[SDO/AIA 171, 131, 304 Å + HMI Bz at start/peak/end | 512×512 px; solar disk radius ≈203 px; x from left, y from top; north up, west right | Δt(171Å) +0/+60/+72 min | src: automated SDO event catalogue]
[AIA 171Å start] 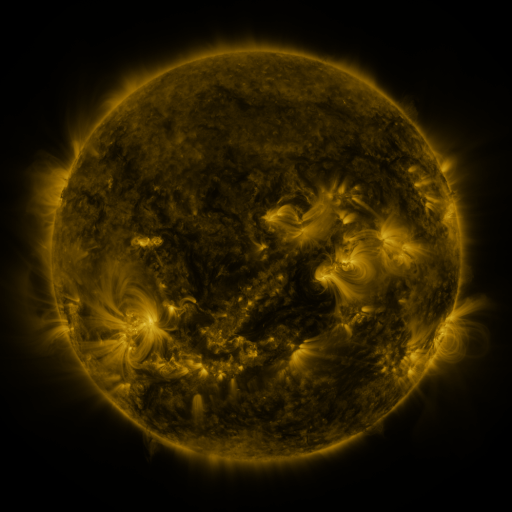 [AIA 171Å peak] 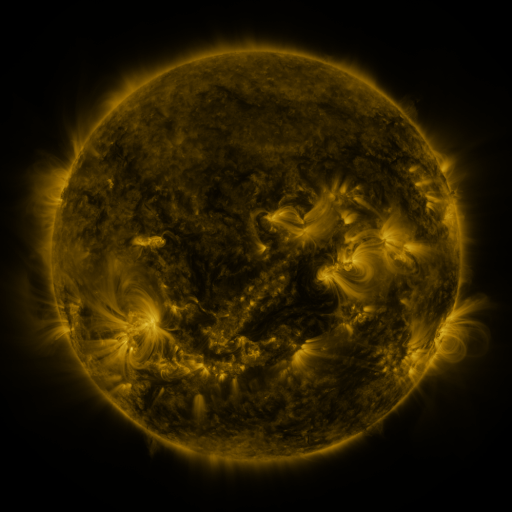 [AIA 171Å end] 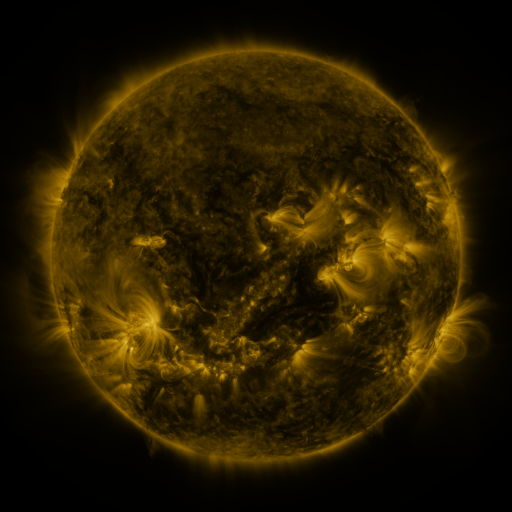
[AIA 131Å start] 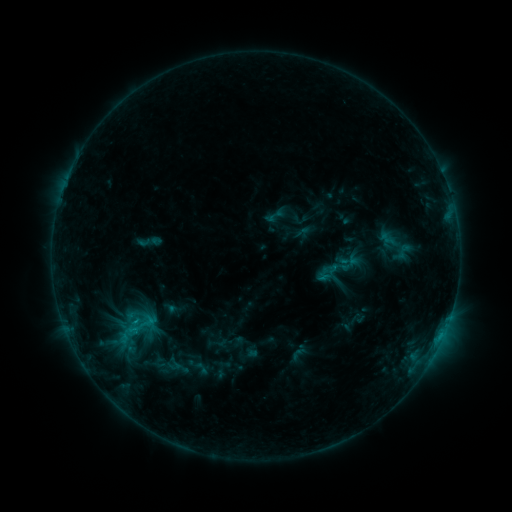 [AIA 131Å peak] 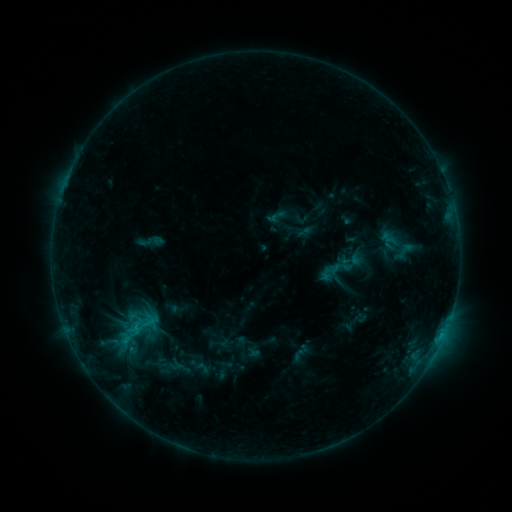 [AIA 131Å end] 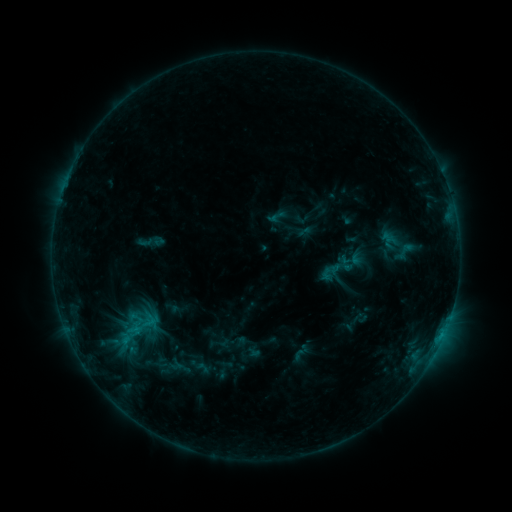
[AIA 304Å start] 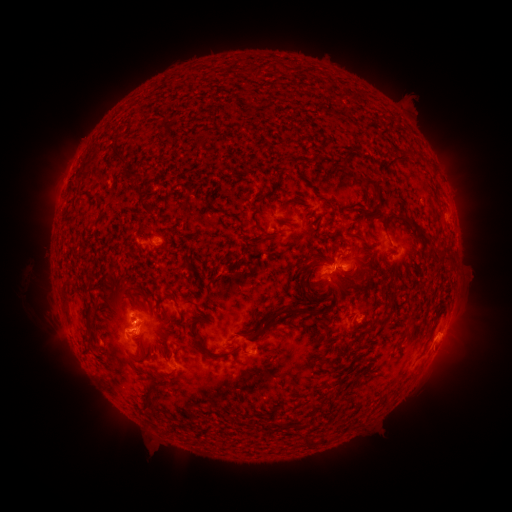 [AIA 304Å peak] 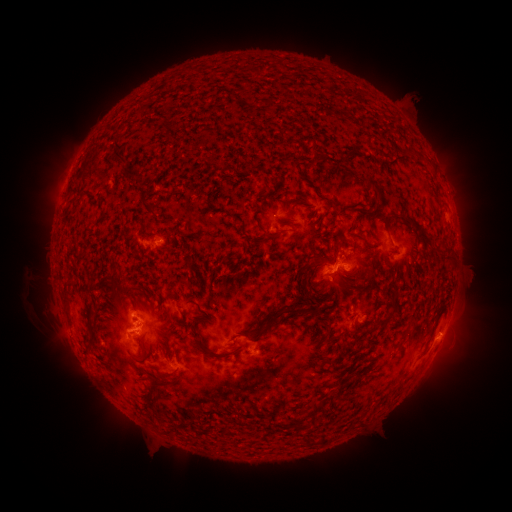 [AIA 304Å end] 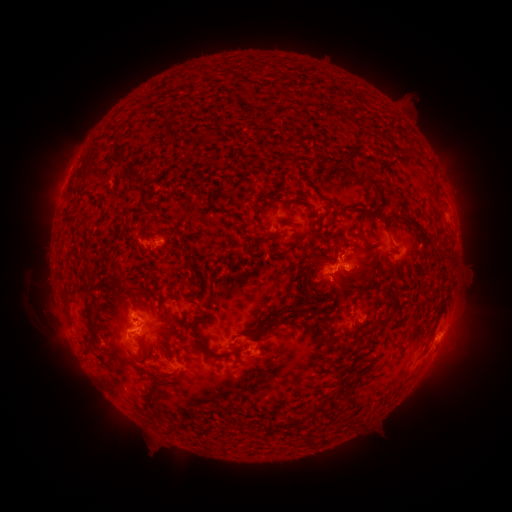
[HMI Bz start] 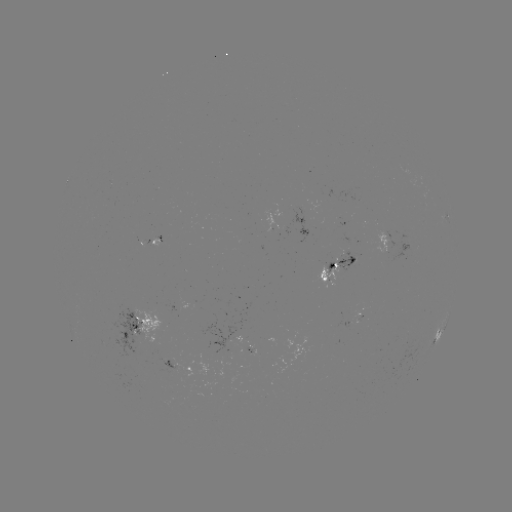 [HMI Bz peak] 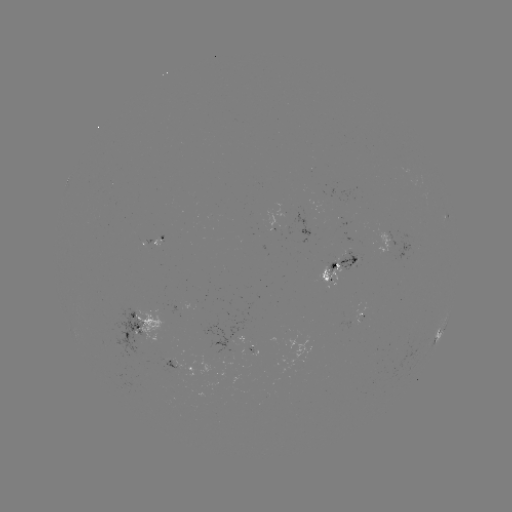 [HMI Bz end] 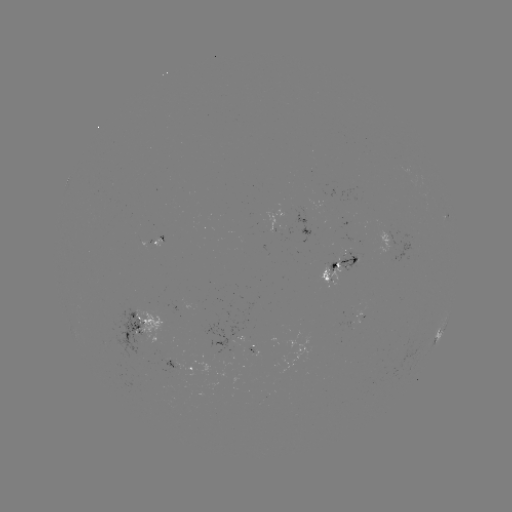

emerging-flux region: [154, 359, 167, 366]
